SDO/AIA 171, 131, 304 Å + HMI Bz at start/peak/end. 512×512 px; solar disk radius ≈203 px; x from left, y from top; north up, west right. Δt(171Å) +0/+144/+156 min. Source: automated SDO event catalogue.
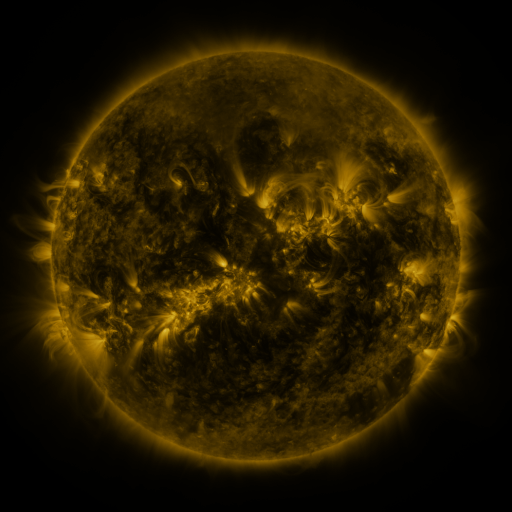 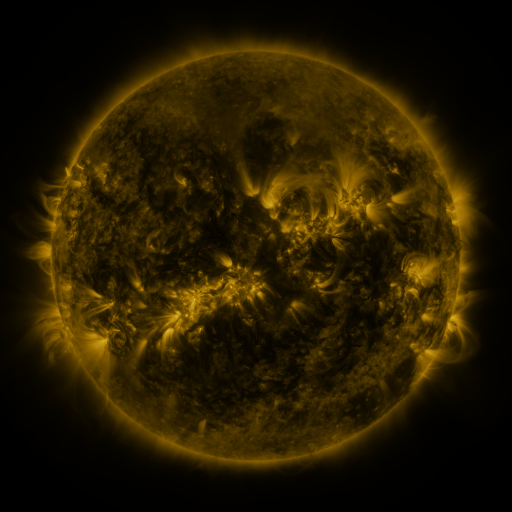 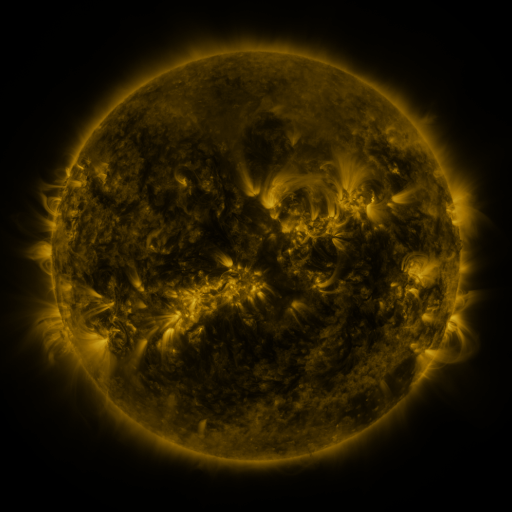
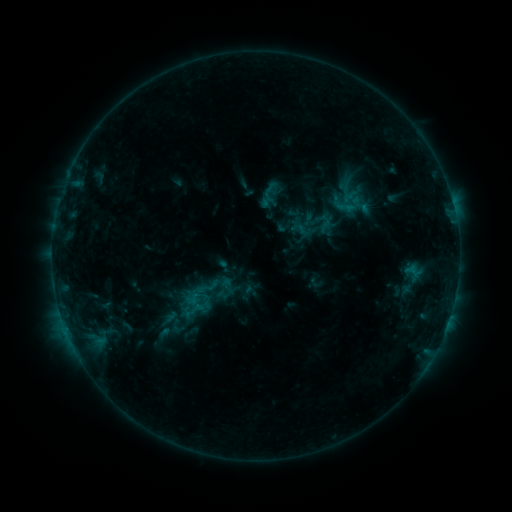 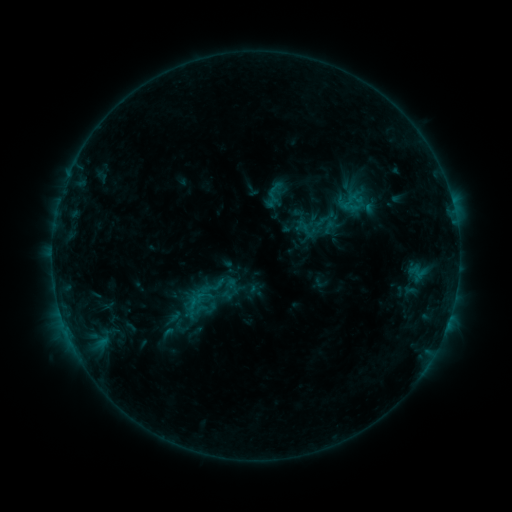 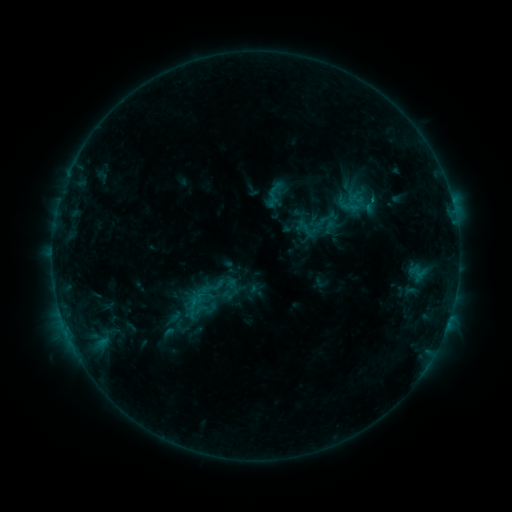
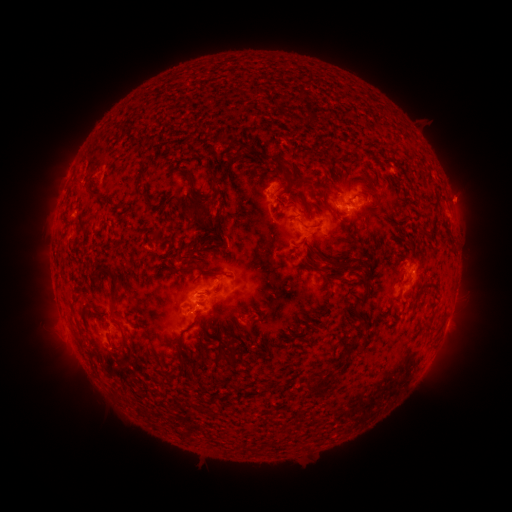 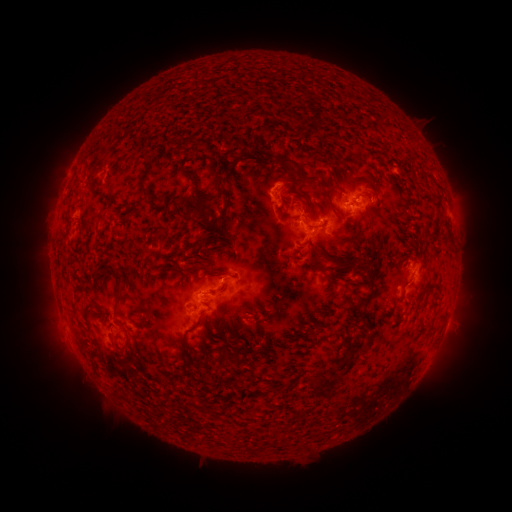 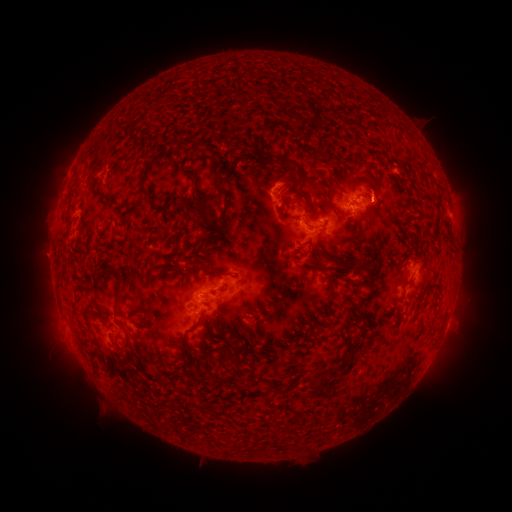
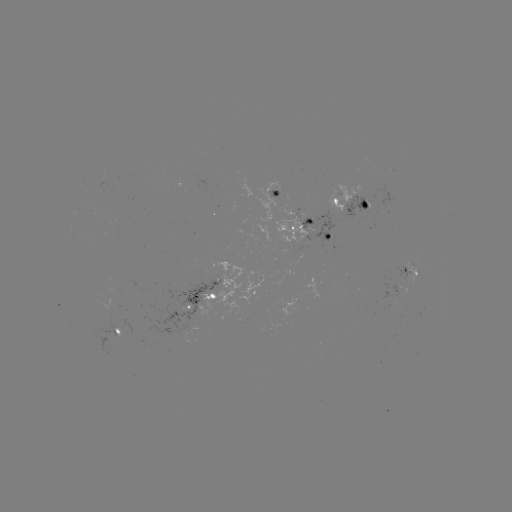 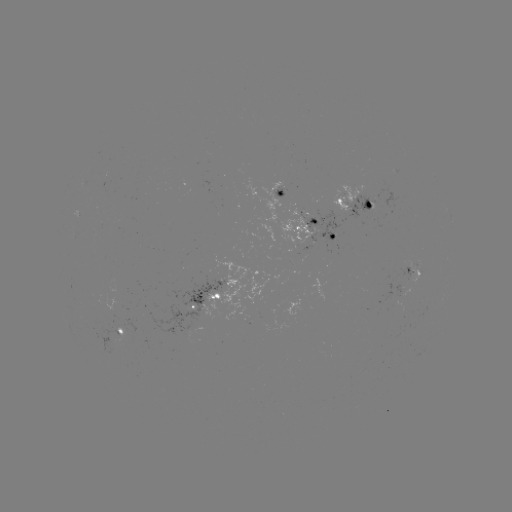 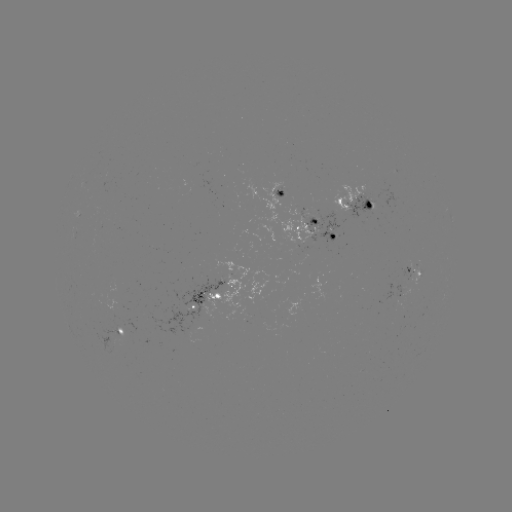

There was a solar emerging-flux region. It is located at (345, 201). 